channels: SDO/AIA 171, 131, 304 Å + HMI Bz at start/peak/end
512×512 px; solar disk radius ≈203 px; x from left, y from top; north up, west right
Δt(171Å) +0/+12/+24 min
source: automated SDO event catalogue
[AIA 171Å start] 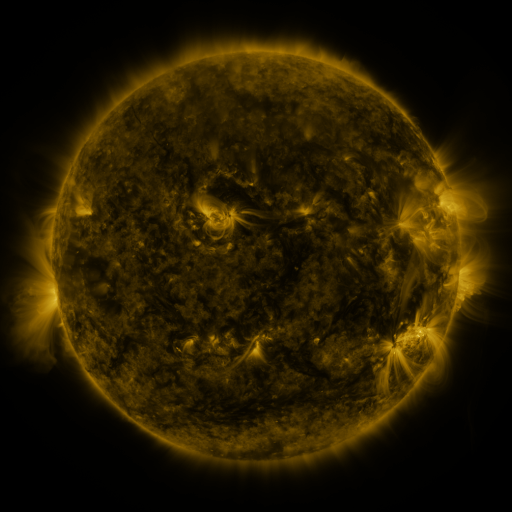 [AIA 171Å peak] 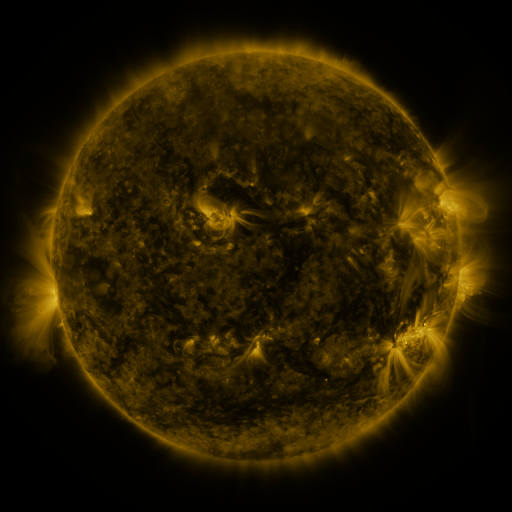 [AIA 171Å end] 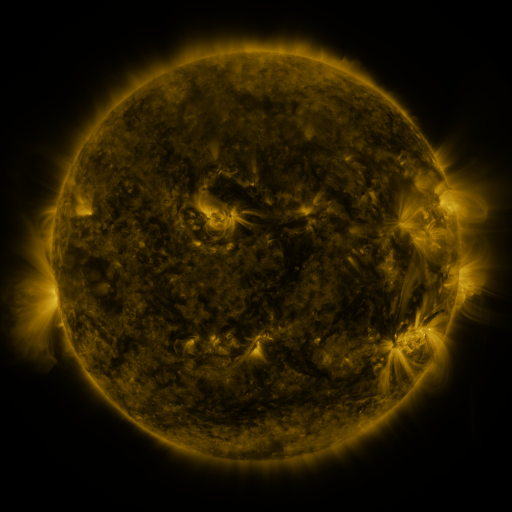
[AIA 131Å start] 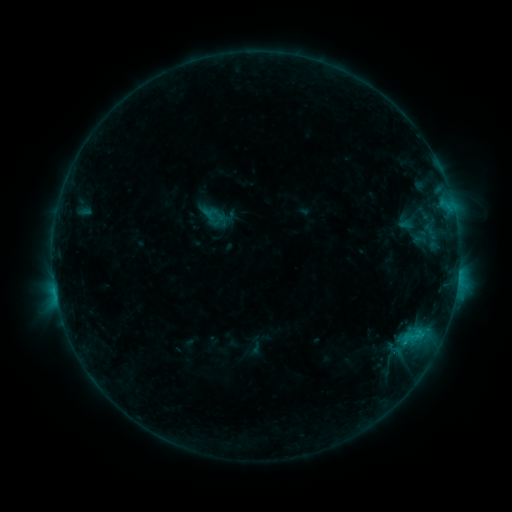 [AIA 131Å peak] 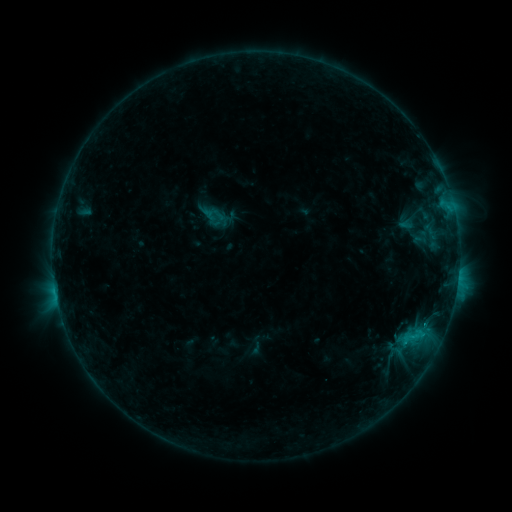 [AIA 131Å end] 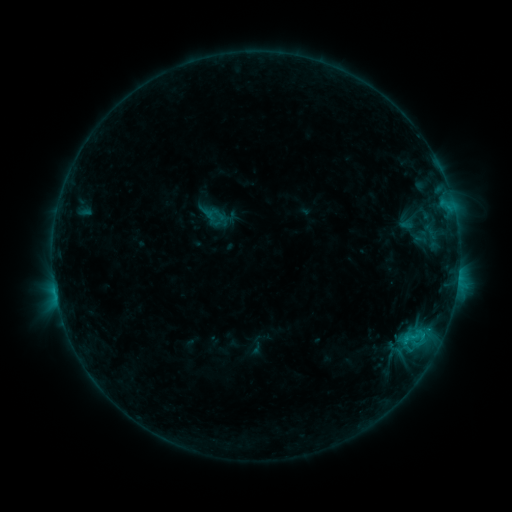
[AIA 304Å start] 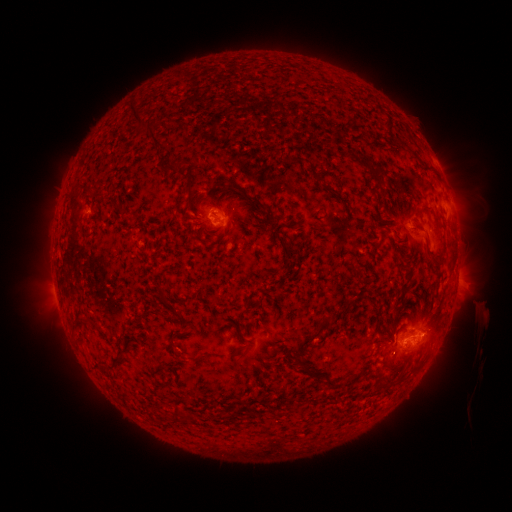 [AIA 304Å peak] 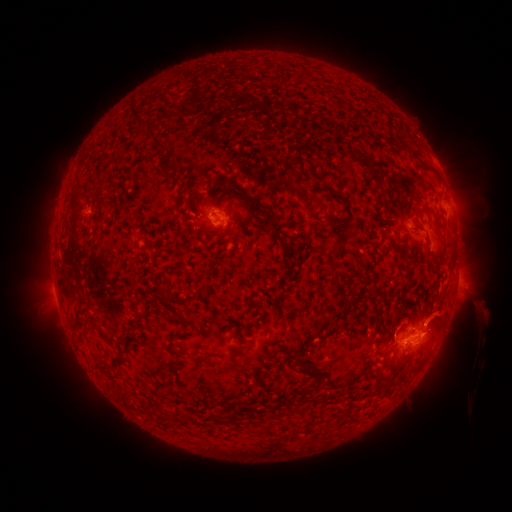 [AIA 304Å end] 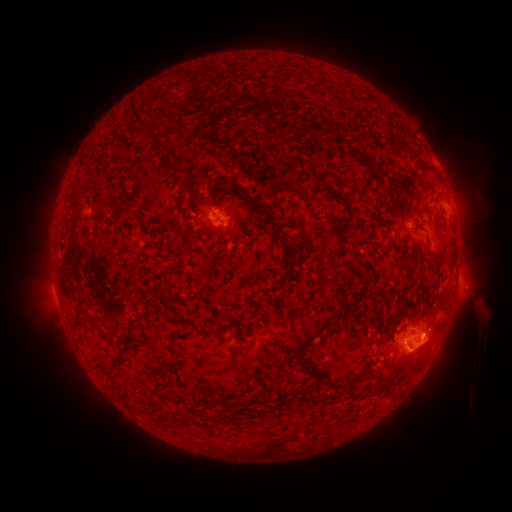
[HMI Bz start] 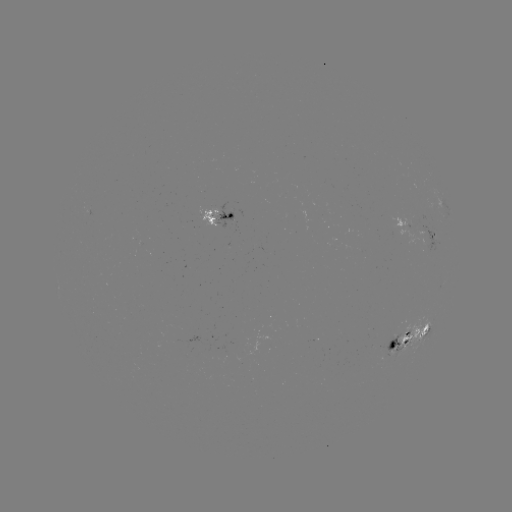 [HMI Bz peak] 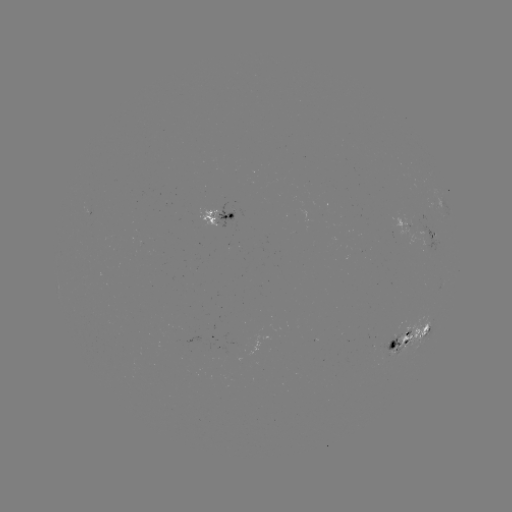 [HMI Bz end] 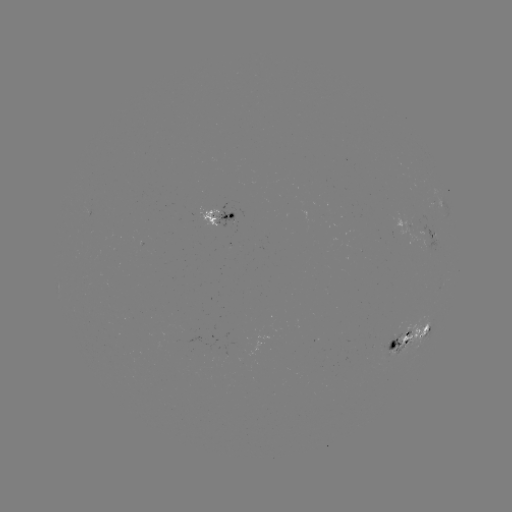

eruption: <bbox>394, 285, 486, 387</bbox>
